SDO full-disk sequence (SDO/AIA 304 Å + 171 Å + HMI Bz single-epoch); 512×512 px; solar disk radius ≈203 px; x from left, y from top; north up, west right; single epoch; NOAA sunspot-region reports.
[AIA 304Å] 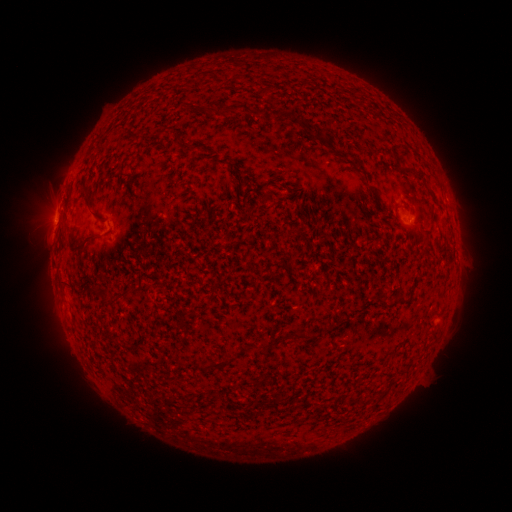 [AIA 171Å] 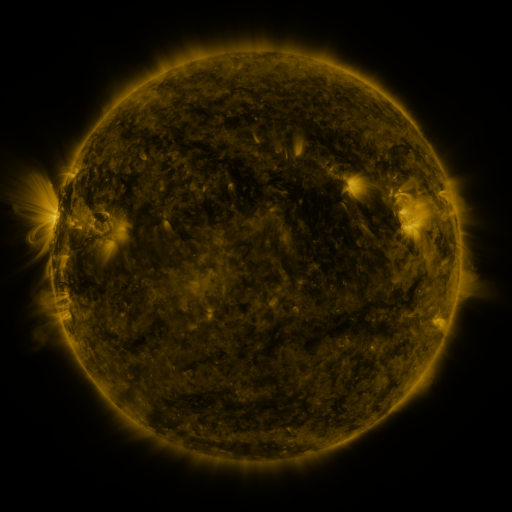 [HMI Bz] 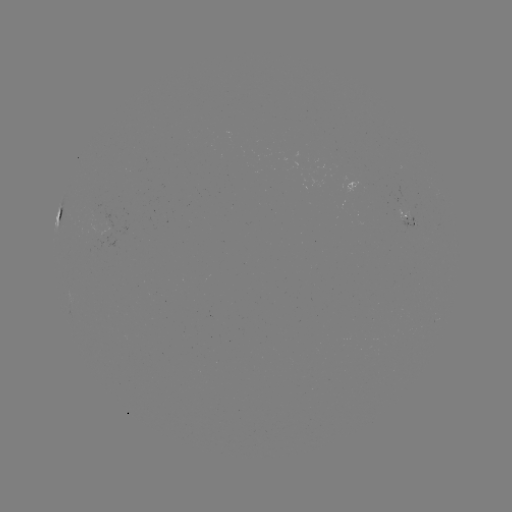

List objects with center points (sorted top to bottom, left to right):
spotted active region: (60, 216)
spotted active region: (413, 217)
